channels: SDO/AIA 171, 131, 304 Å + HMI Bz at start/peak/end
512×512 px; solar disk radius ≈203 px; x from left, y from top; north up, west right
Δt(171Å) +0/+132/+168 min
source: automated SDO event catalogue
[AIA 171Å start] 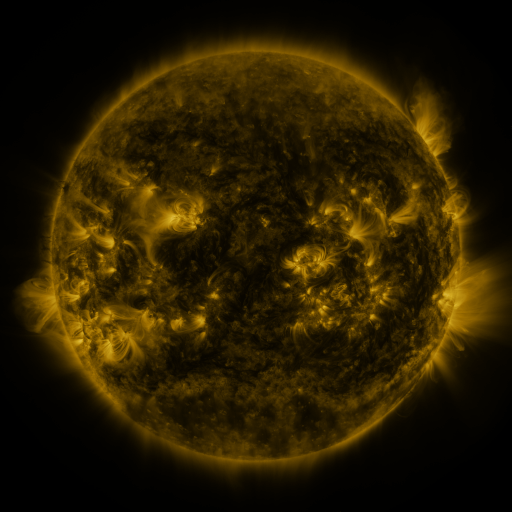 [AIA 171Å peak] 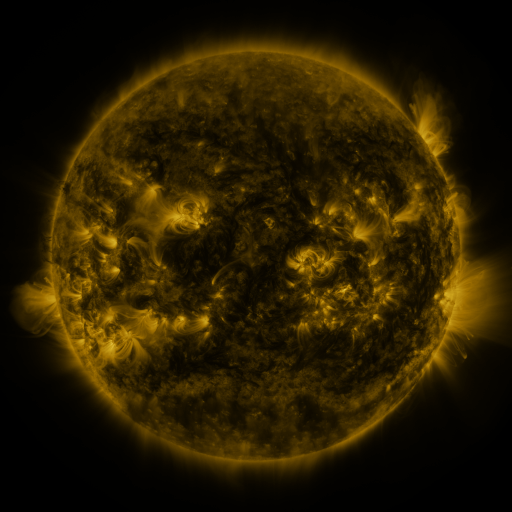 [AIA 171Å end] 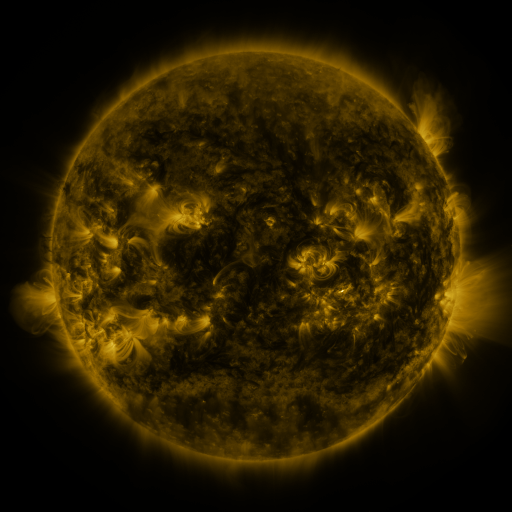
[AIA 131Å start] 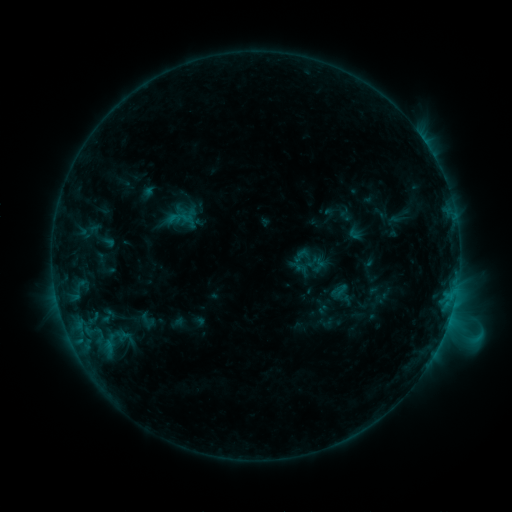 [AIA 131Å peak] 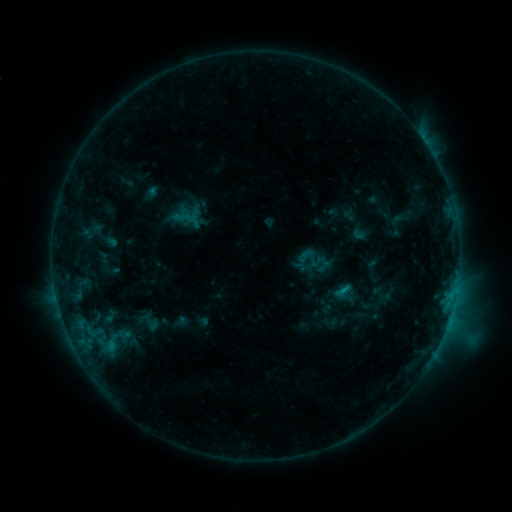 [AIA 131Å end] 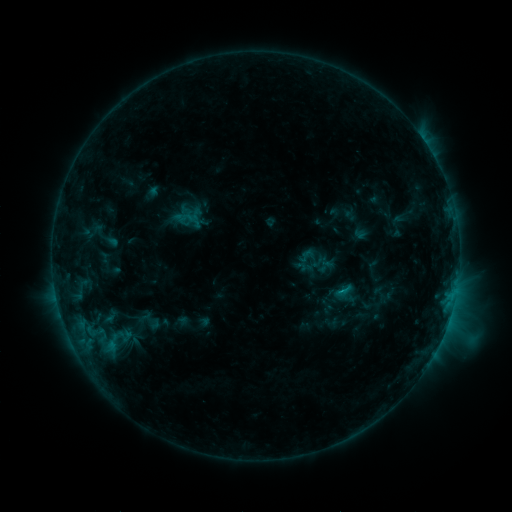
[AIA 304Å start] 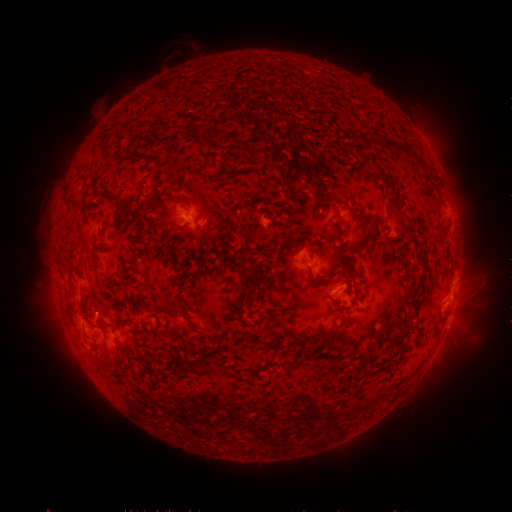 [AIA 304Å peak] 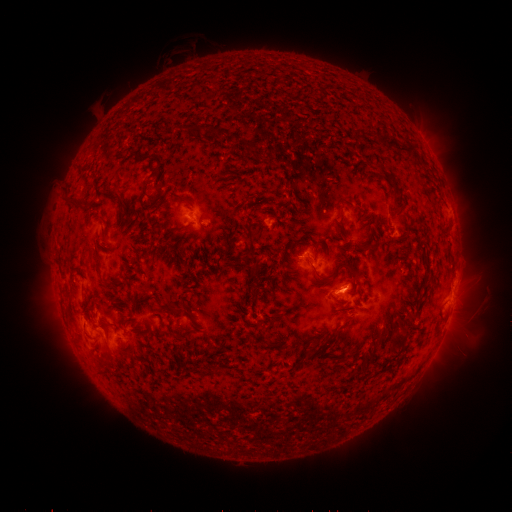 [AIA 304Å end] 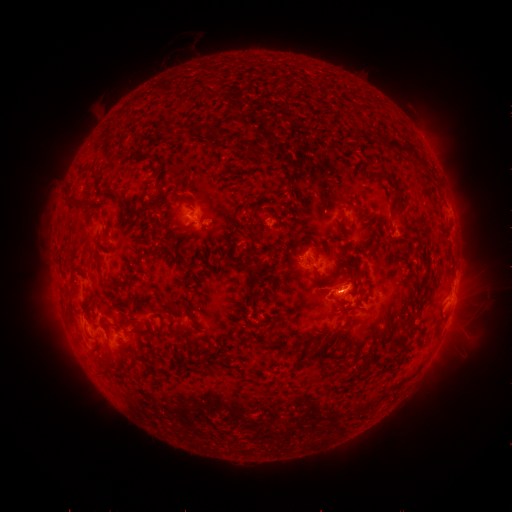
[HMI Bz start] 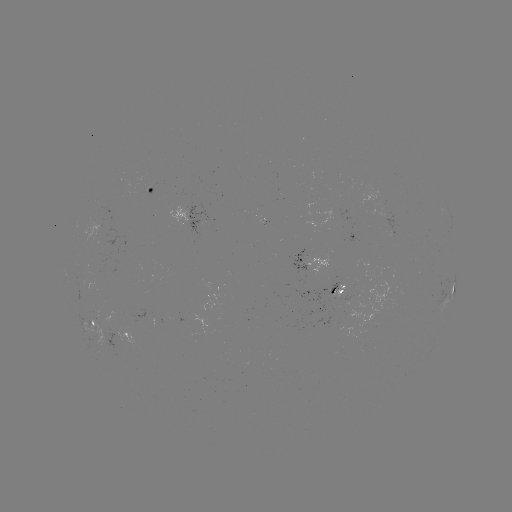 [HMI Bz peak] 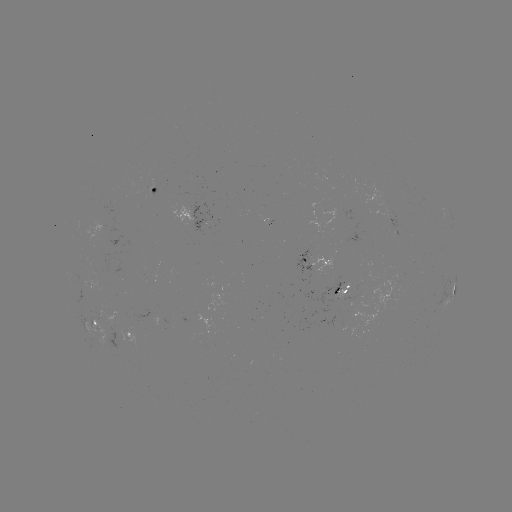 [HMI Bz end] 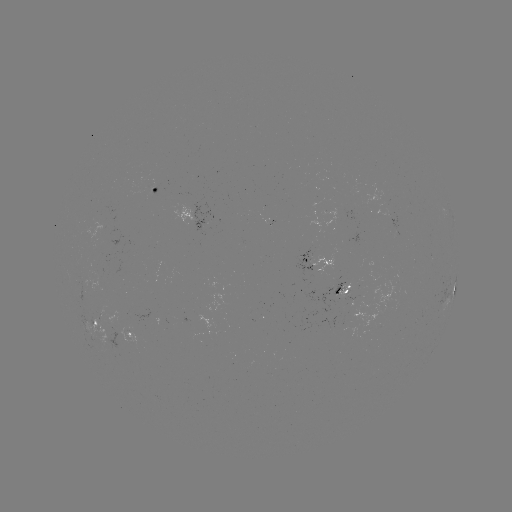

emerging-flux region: <bbox>259, 220, 273, 227</bbox>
